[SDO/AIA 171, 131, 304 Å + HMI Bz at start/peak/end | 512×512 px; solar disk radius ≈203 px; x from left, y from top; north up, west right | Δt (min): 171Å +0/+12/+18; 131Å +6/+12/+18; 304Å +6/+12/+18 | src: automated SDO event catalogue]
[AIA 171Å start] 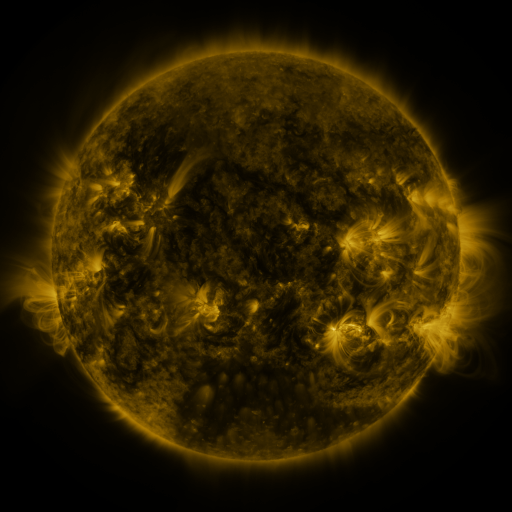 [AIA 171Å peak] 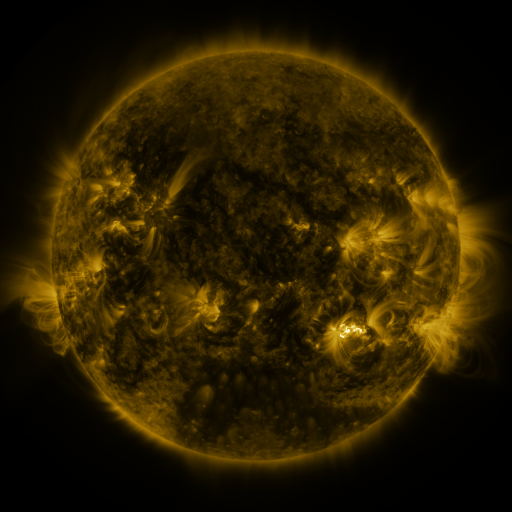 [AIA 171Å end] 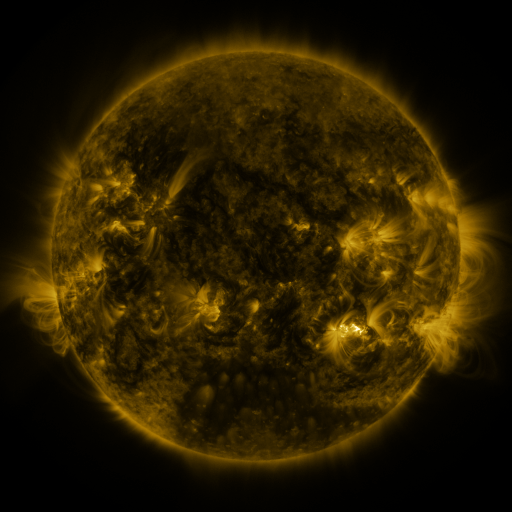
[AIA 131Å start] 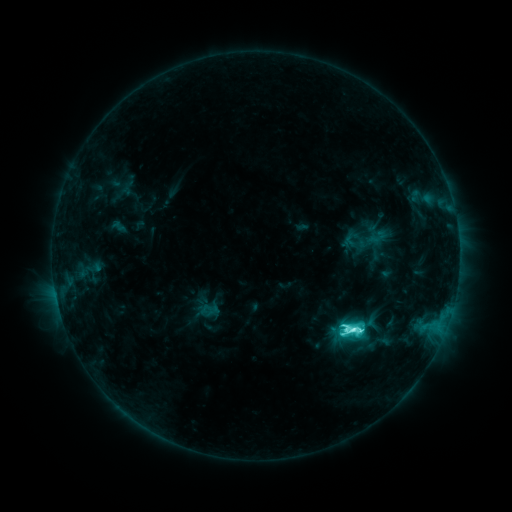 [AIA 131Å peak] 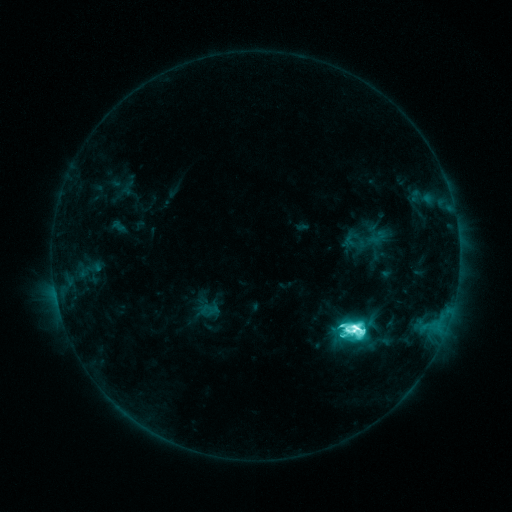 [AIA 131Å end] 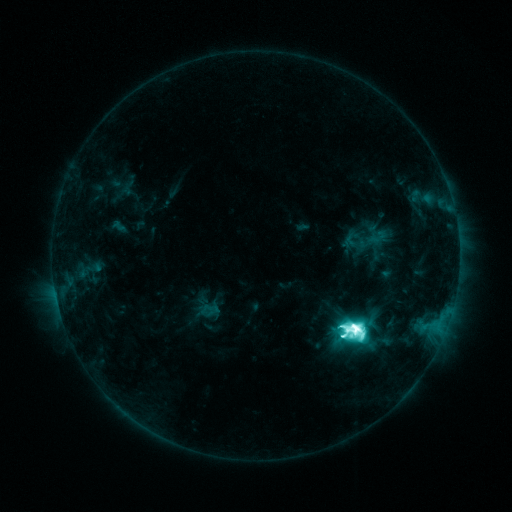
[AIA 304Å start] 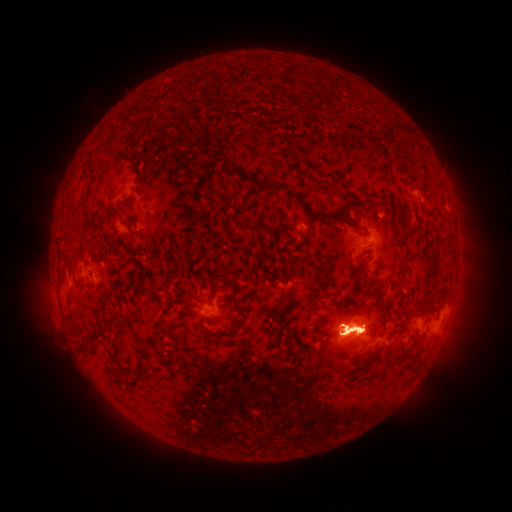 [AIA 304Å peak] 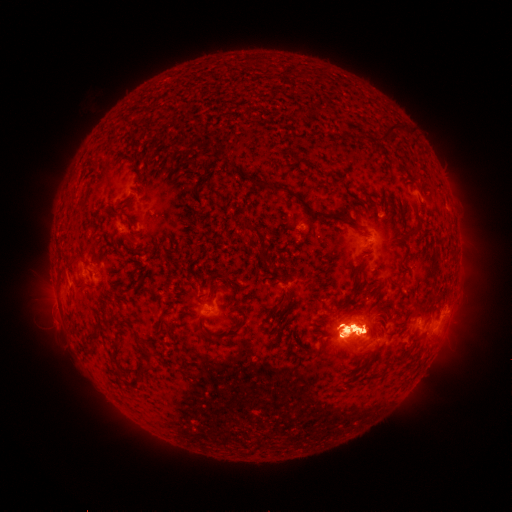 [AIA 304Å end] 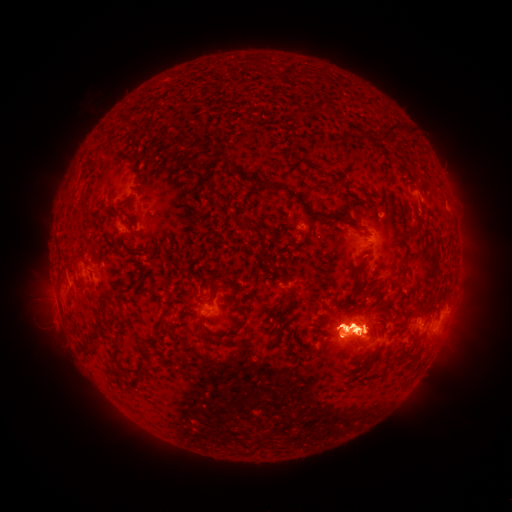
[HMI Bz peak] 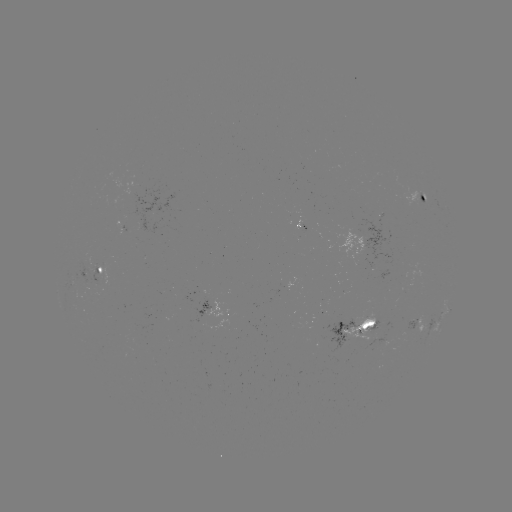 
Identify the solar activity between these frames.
eruption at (446, 340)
